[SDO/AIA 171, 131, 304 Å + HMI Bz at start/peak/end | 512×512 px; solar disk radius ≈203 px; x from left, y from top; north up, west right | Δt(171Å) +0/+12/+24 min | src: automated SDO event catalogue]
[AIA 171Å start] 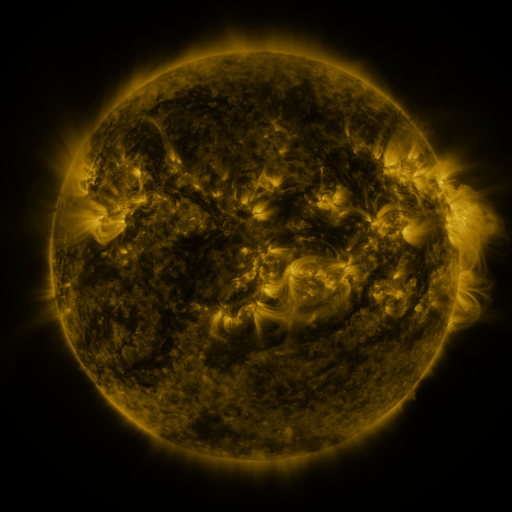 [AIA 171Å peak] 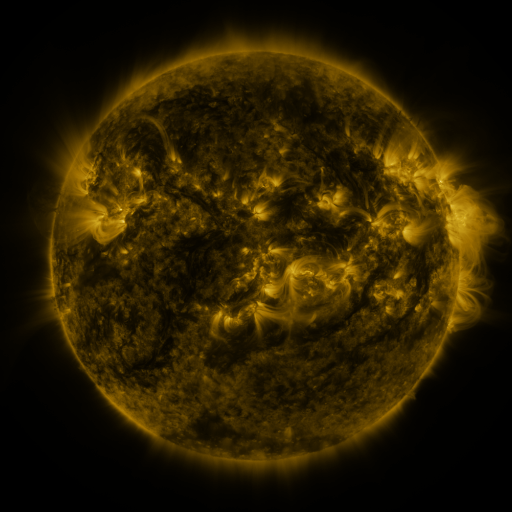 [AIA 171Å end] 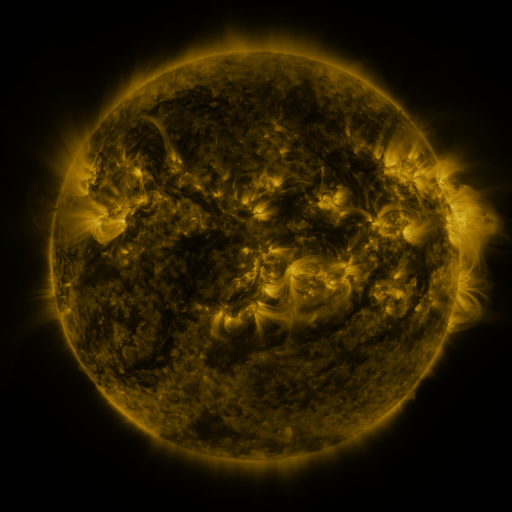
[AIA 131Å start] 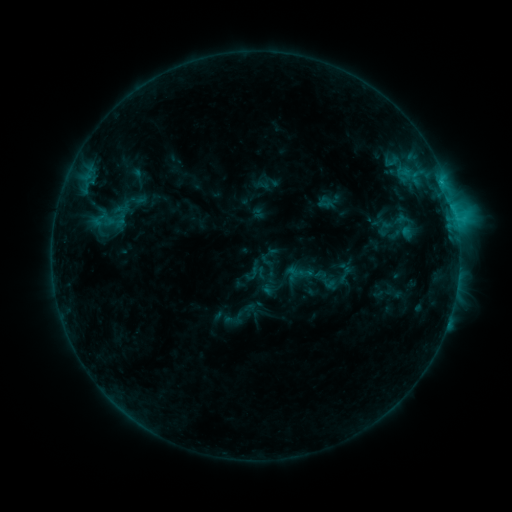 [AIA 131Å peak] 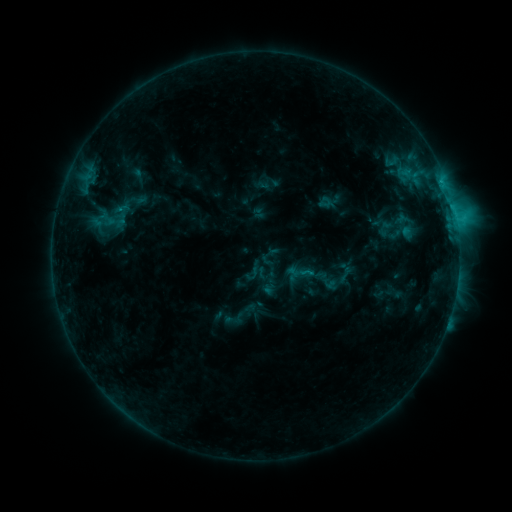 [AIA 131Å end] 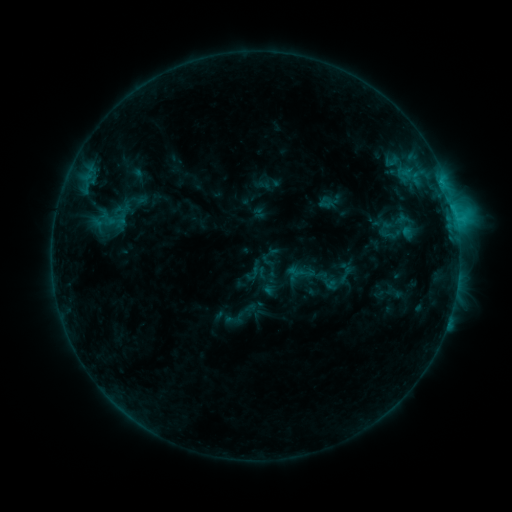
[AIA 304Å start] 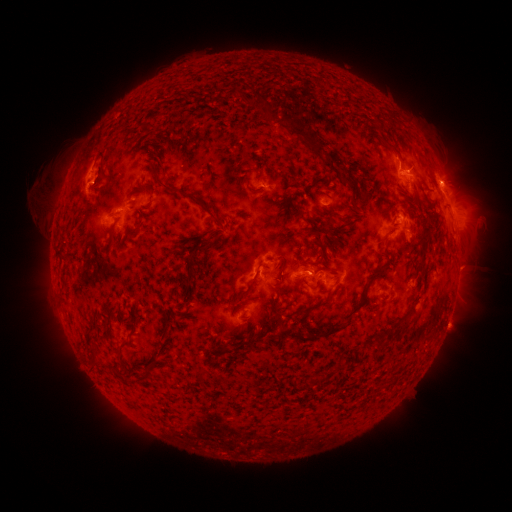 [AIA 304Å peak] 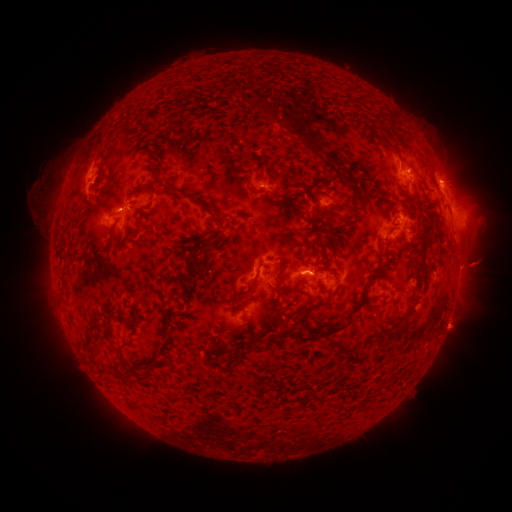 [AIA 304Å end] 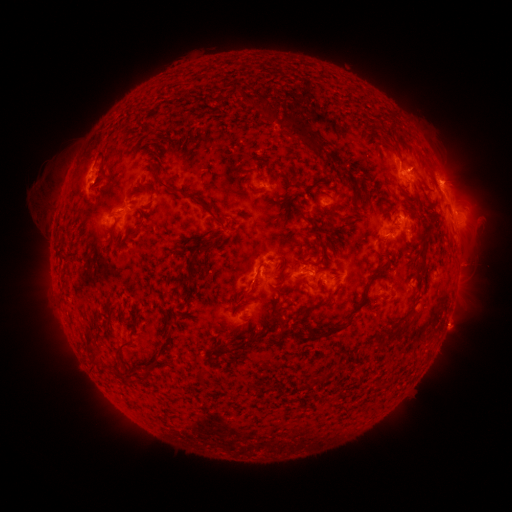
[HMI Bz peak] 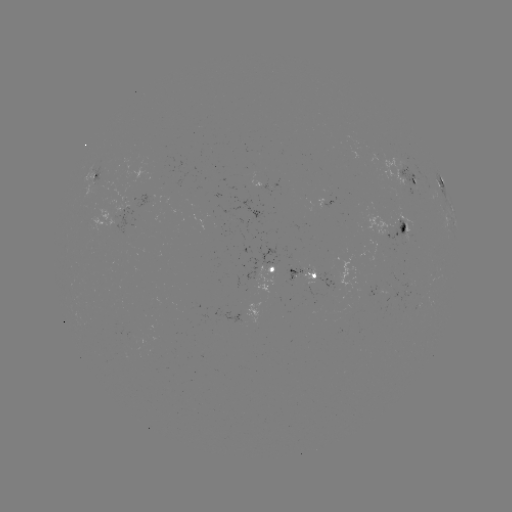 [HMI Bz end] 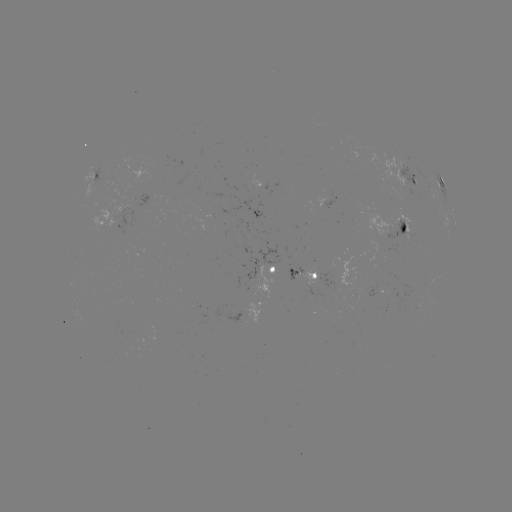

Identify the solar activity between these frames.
eruption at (472, 265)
